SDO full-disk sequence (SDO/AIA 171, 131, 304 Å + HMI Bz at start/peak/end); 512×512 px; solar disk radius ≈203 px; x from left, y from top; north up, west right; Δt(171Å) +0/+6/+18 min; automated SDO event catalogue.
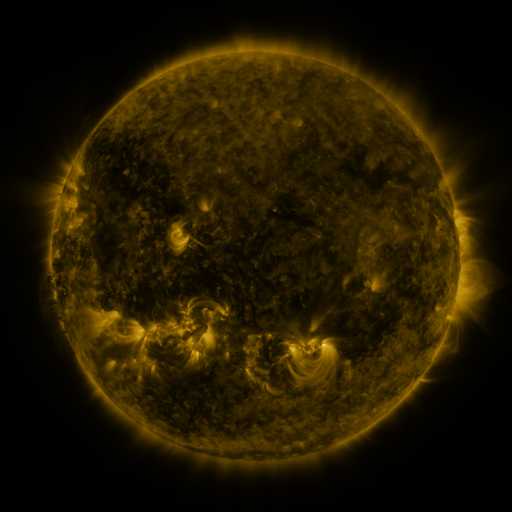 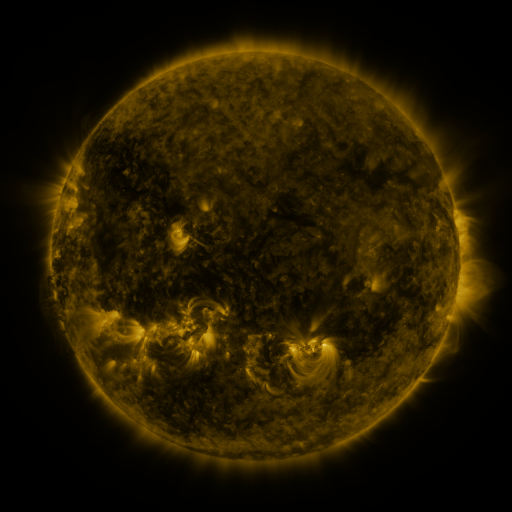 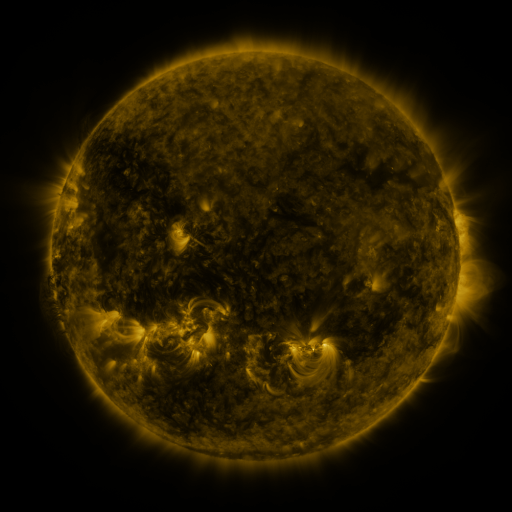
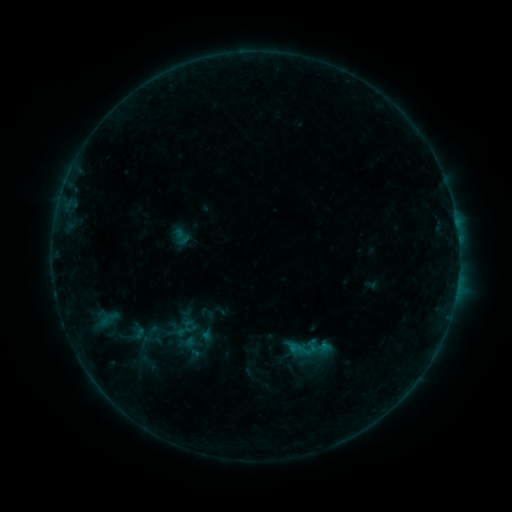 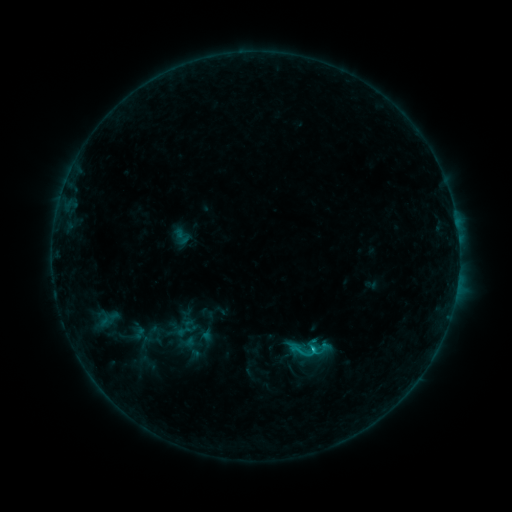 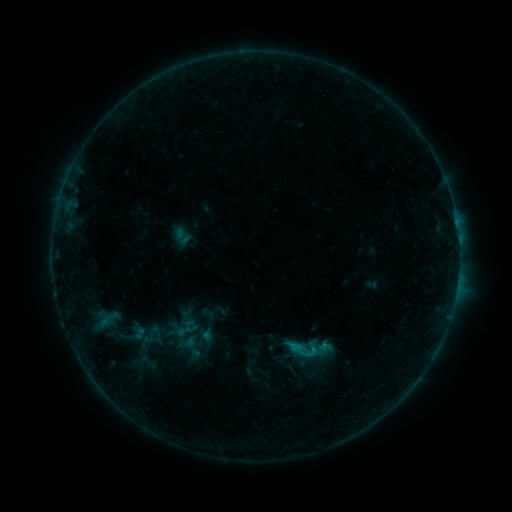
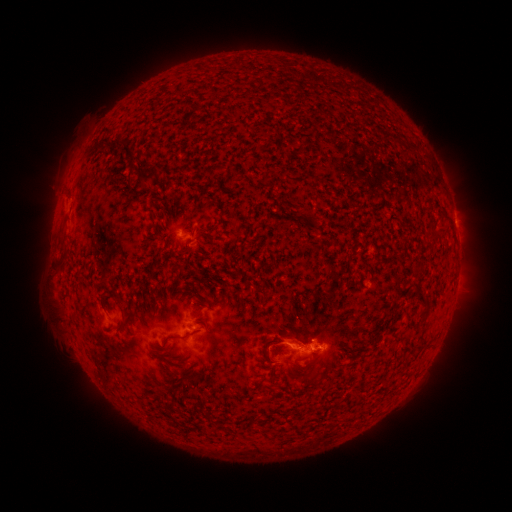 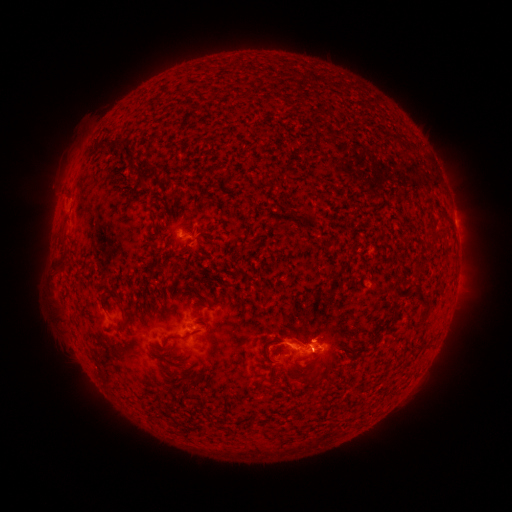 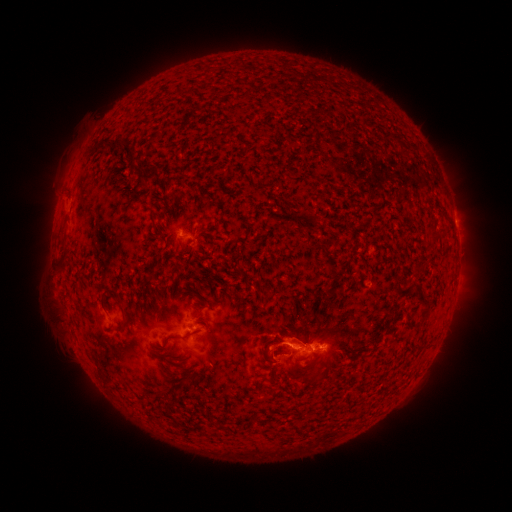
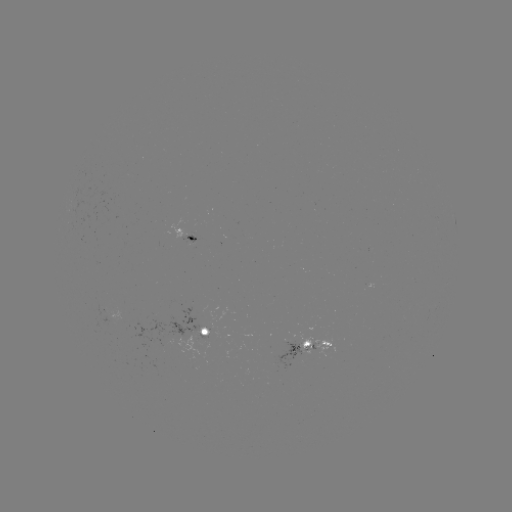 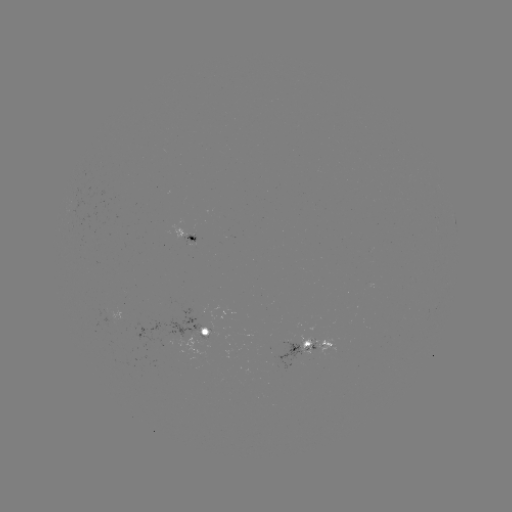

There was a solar flare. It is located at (312, 344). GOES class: C1.0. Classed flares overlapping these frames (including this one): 2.